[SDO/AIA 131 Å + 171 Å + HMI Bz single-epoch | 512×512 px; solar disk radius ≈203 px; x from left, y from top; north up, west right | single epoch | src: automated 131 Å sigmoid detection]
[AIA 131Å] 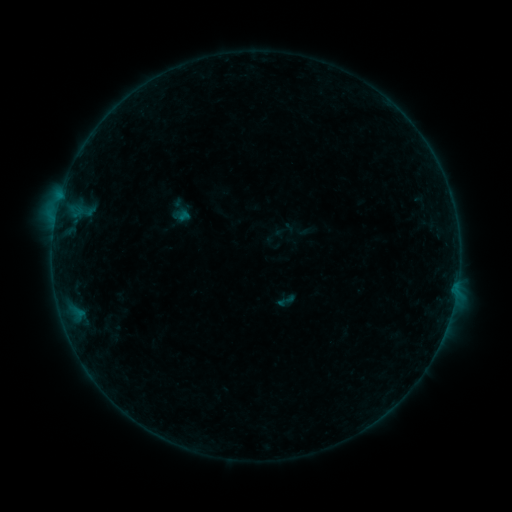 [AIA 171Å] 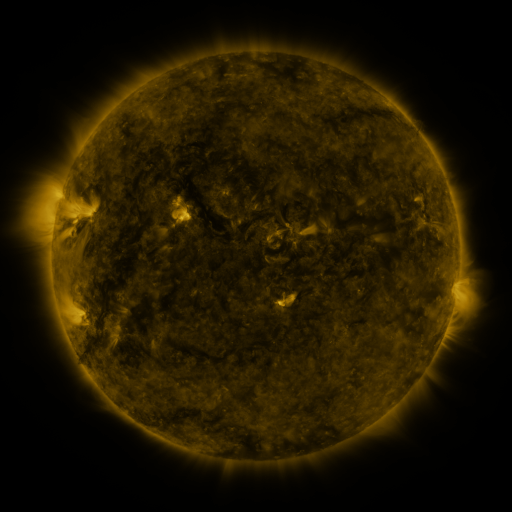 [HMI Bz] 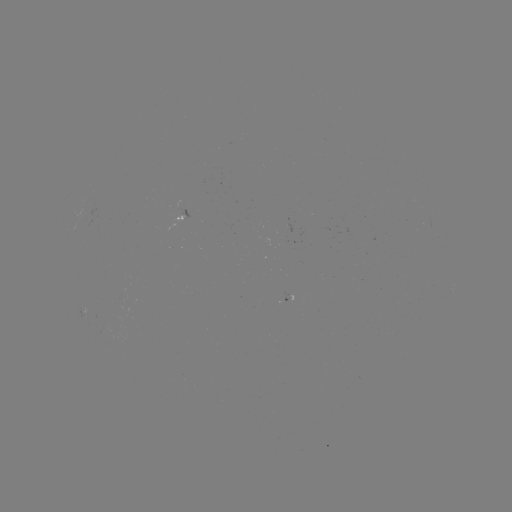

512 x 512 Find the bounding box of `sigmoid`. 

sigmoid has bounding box [276, 290, 296, 310].